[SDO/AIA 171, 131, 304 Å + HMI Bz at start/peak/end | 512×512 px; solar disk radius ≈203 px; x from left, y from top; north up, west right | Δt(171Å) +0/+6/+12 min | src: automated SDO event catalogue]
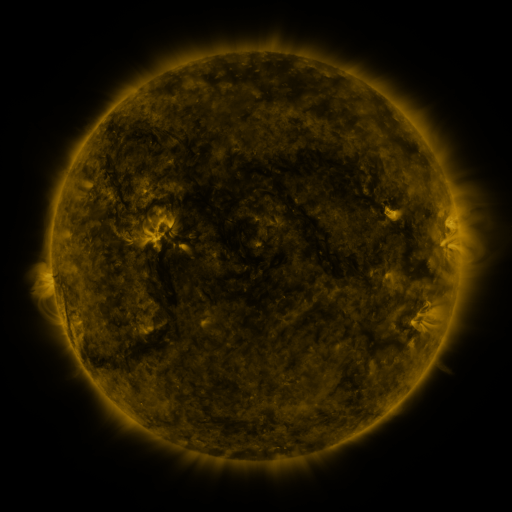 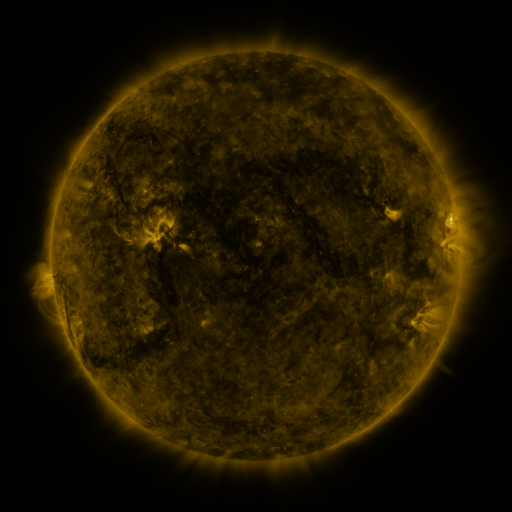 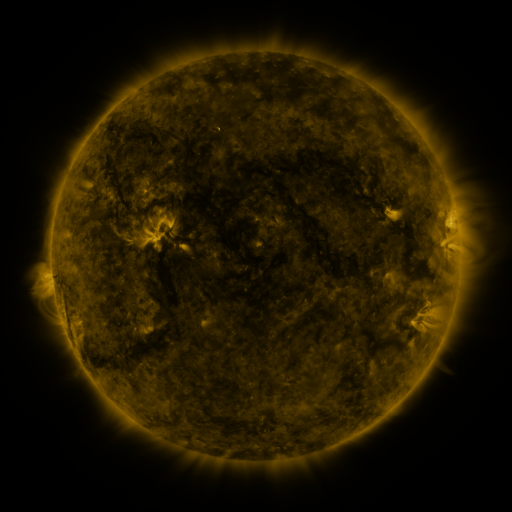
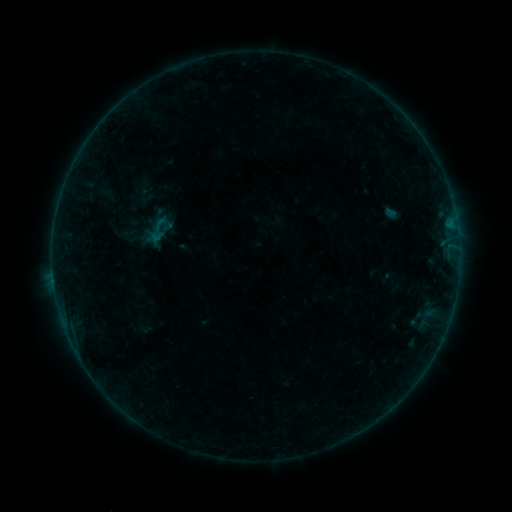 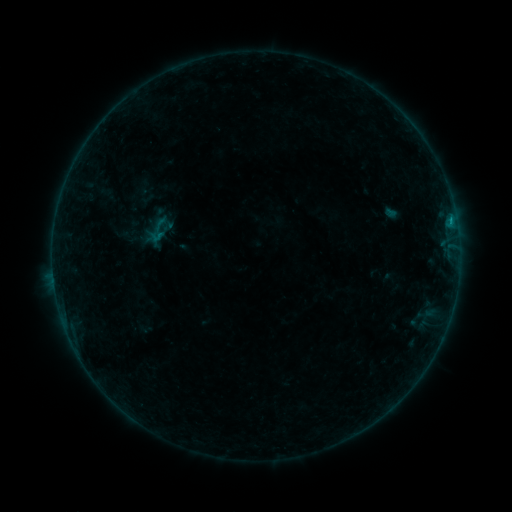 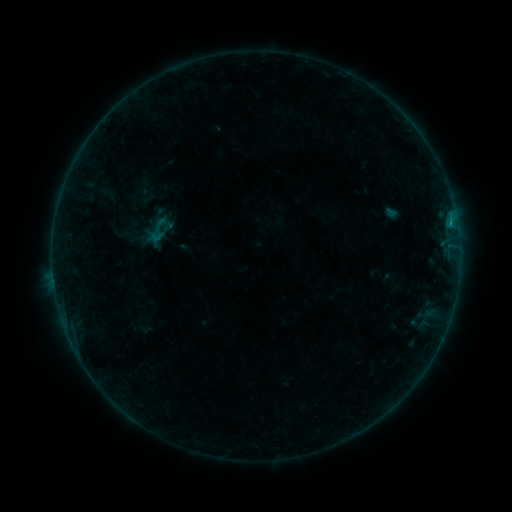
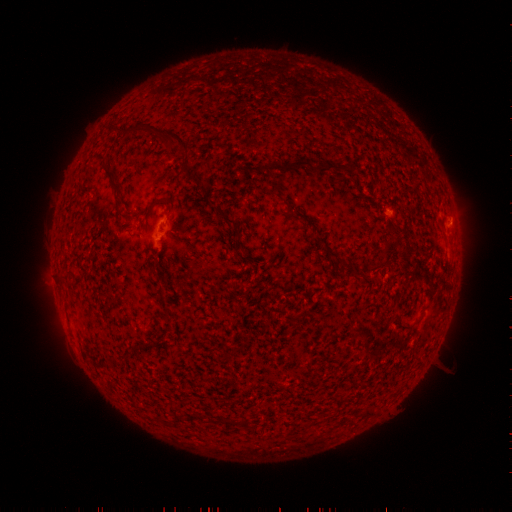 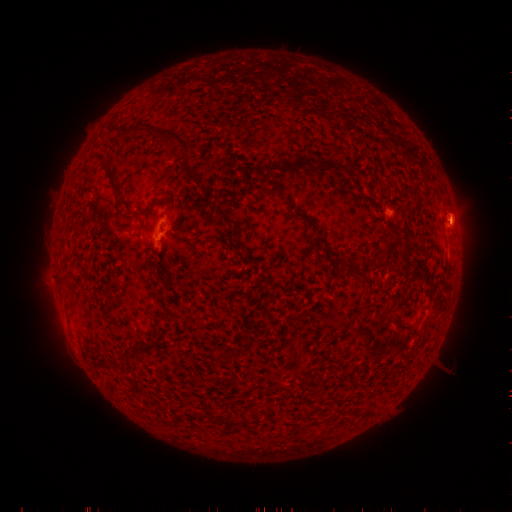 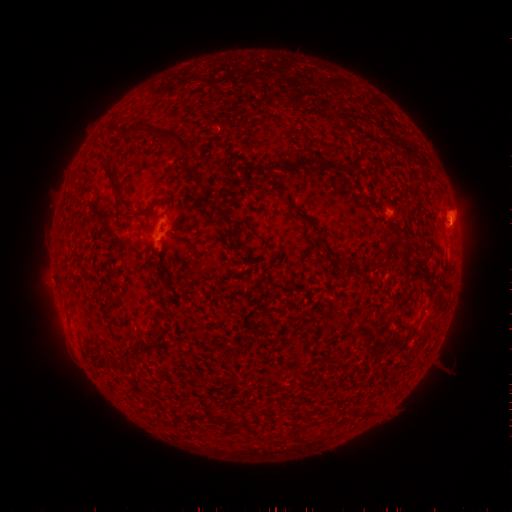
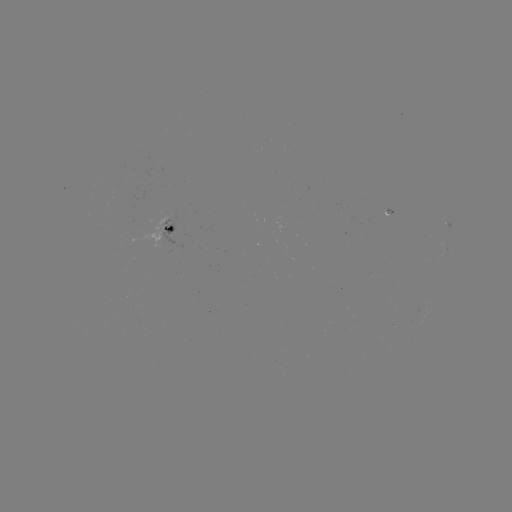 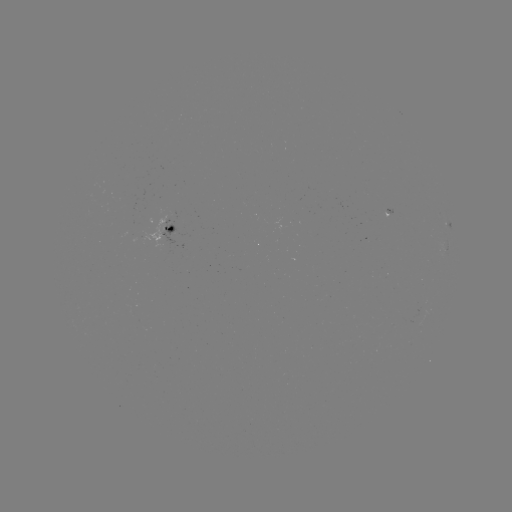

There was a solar flare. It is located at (450, 225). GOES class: B2.4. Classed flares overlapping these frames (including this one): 1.